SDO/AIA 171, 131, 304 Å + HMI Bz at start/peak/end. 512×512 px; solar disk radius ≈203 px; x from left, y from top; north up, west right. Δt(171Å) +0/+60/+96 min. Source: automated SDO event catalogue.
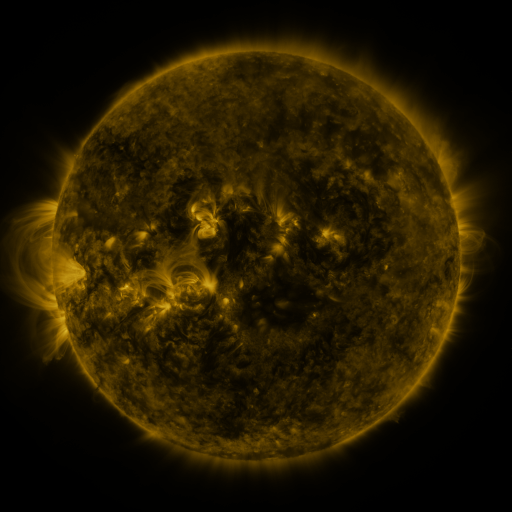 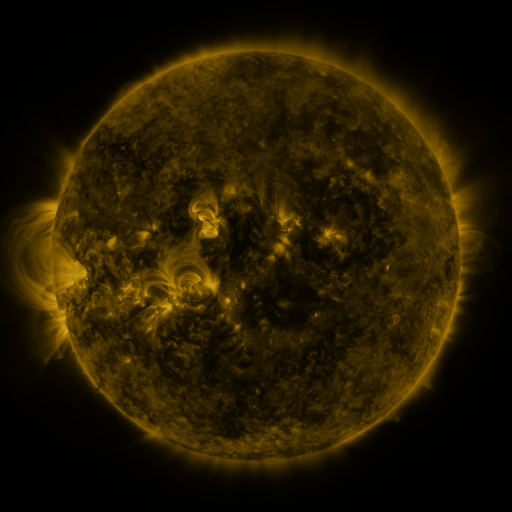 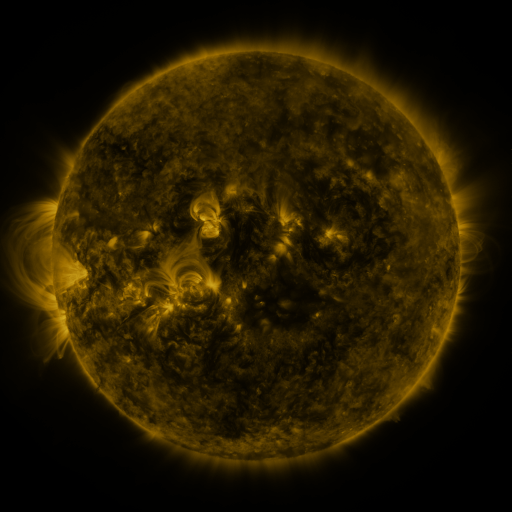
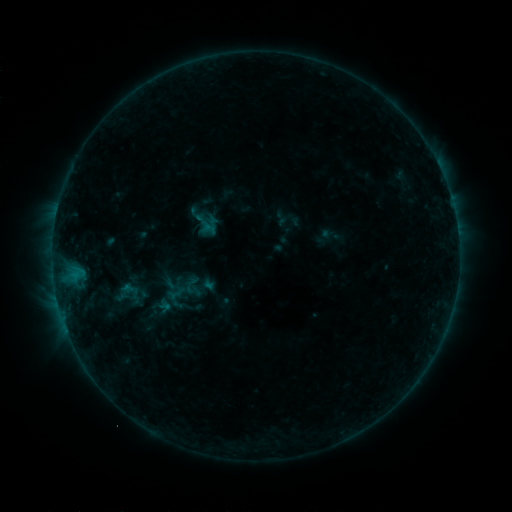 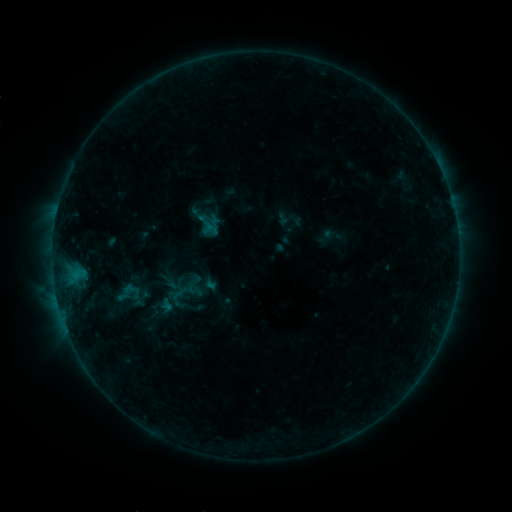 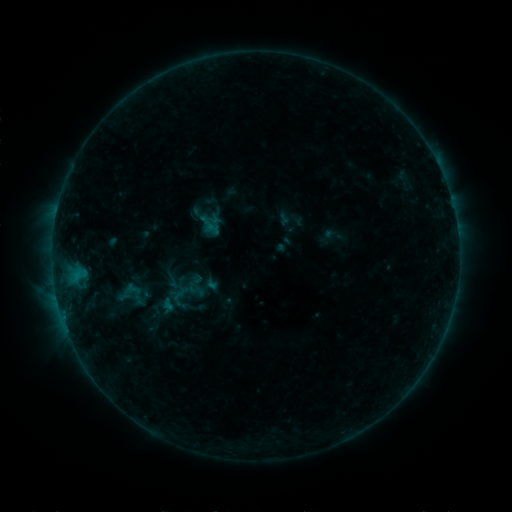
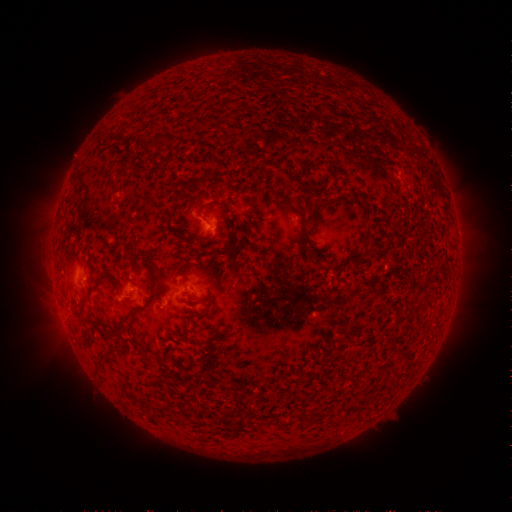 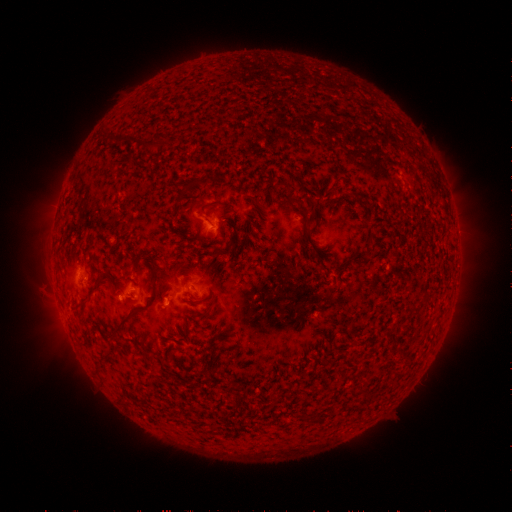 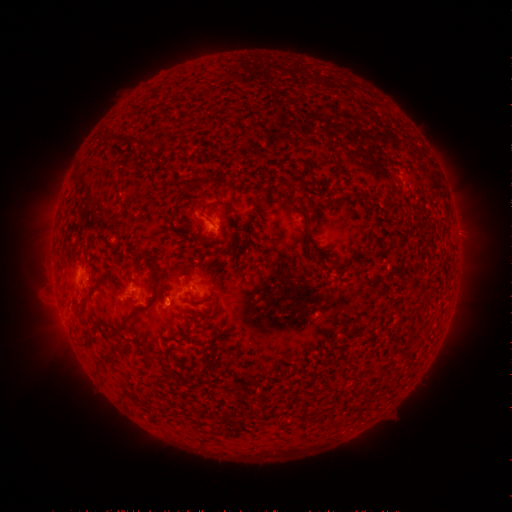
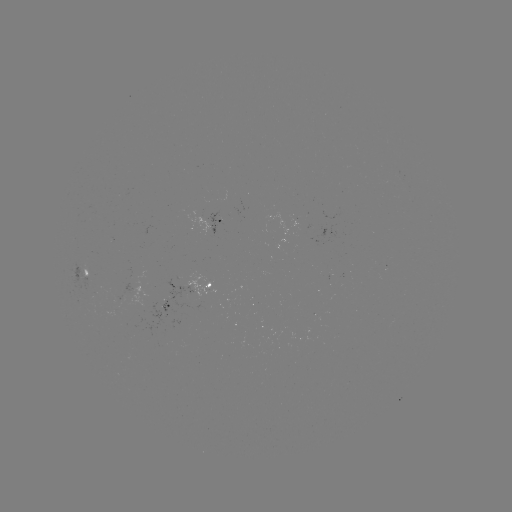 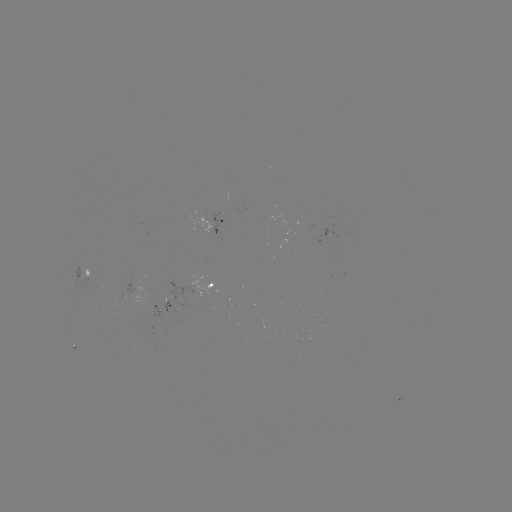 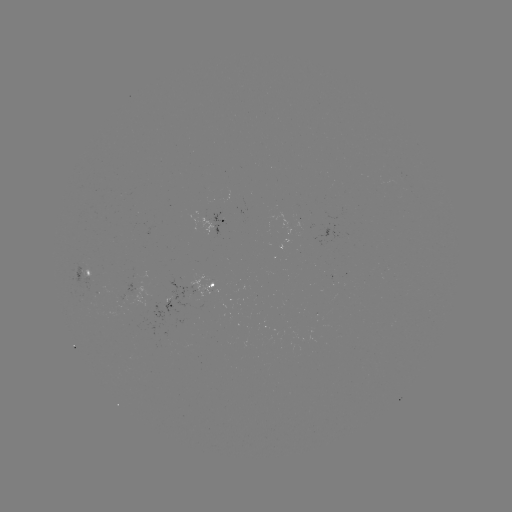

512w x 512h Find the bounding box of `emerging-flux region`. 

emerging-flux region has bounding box [116, 283, 132, 297].